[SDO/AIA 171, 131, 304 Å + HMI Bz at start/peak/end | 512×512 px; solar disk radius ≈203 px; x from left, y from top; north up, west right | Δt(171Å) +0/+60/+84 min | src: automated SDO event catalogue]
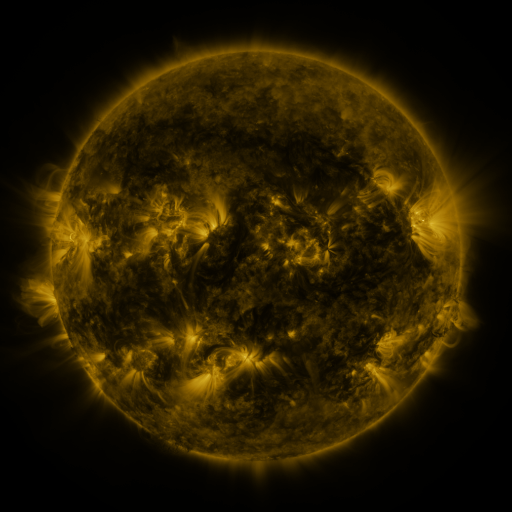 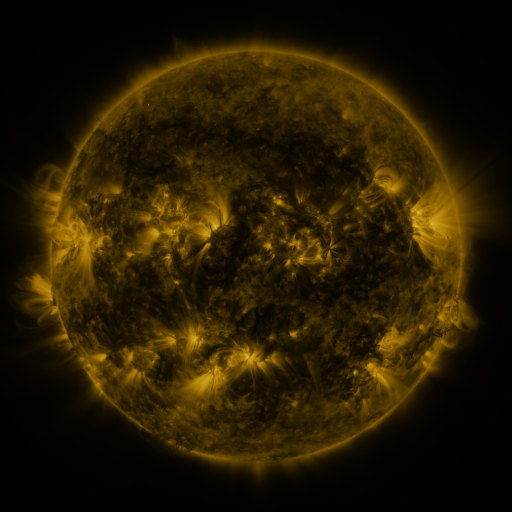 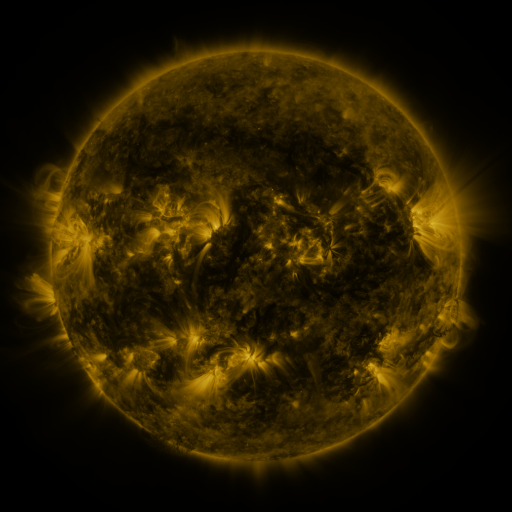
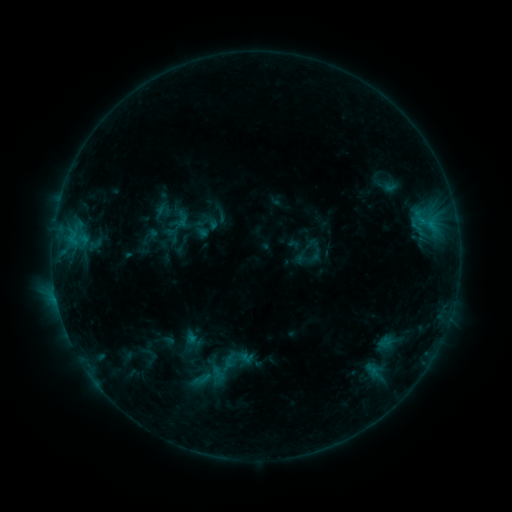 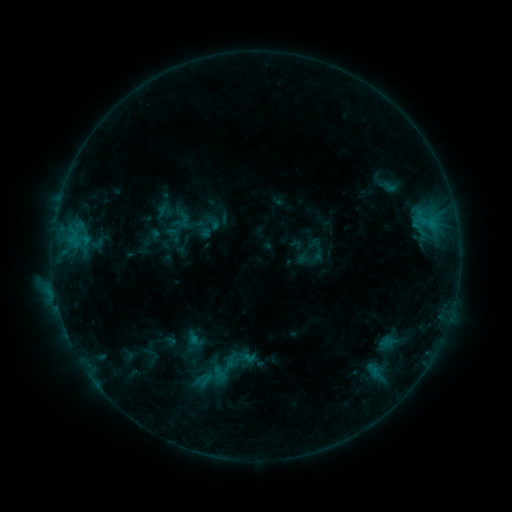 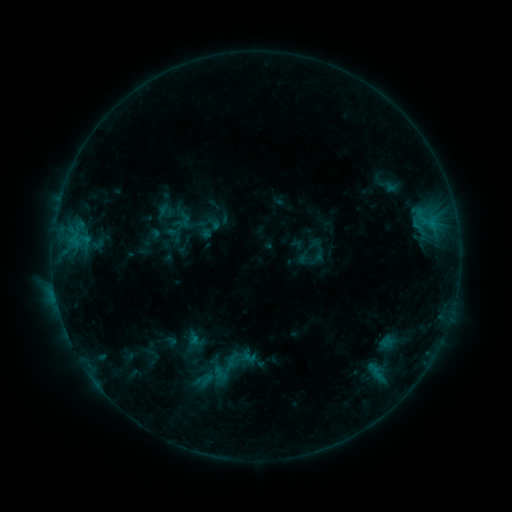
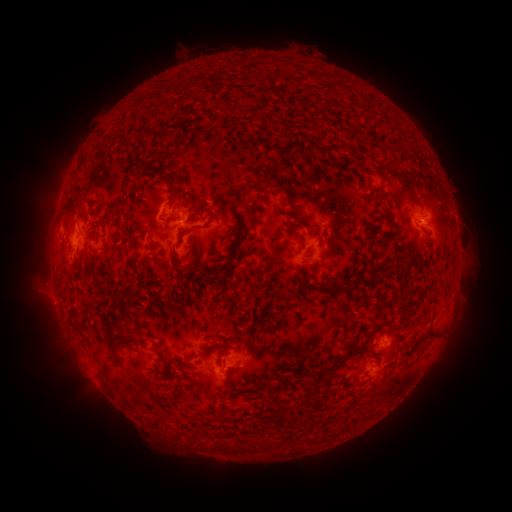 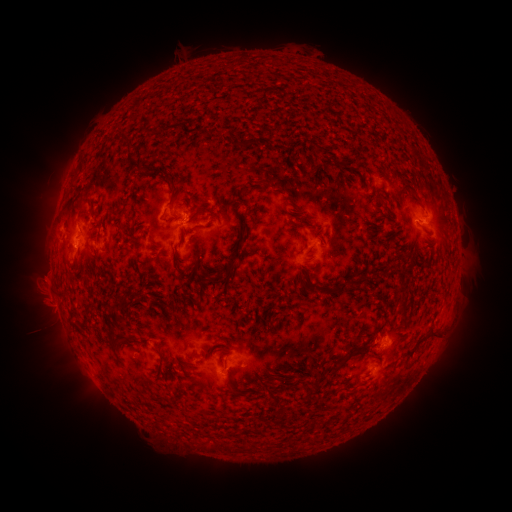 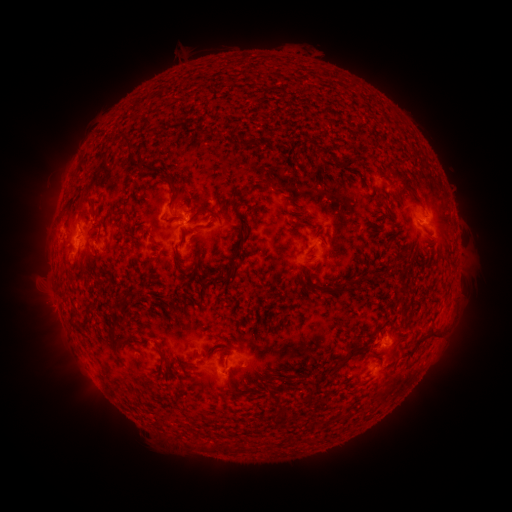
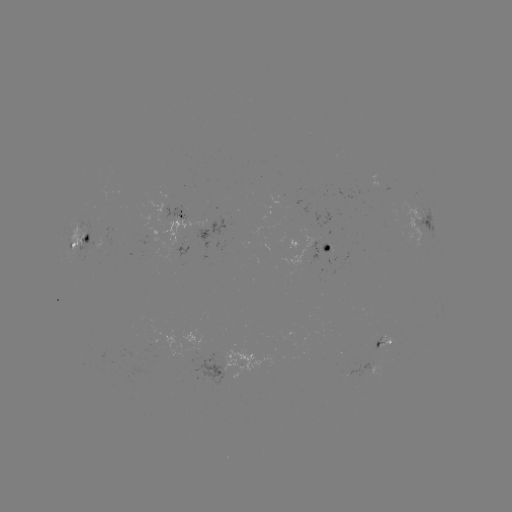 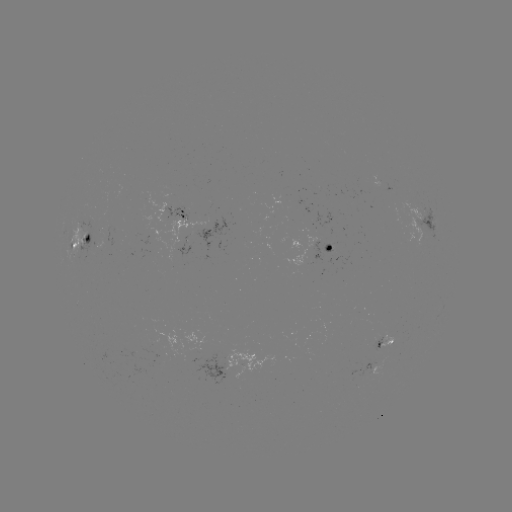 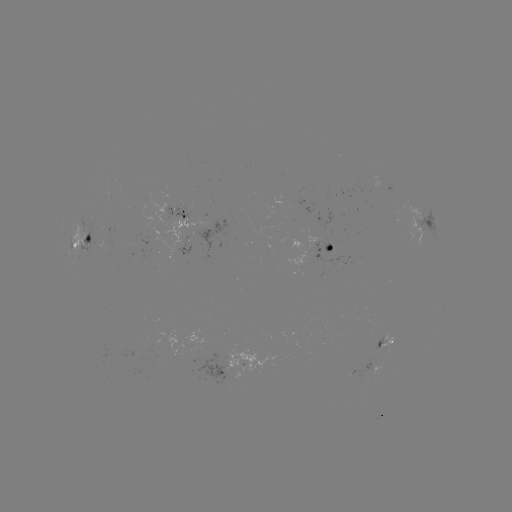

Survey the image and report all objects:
emerging-flux region: (178, 229)
